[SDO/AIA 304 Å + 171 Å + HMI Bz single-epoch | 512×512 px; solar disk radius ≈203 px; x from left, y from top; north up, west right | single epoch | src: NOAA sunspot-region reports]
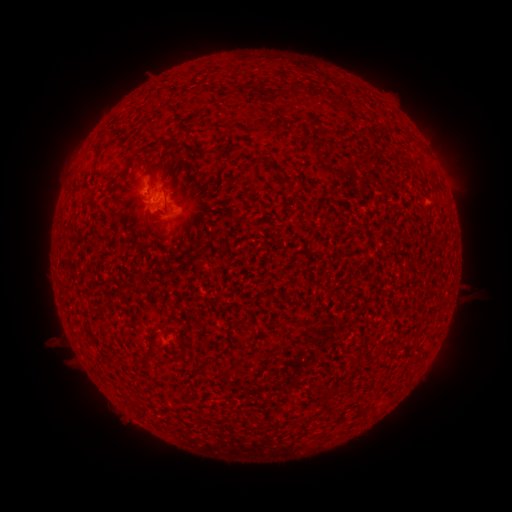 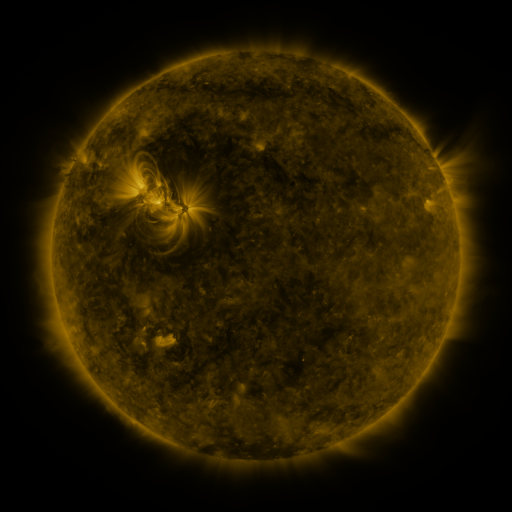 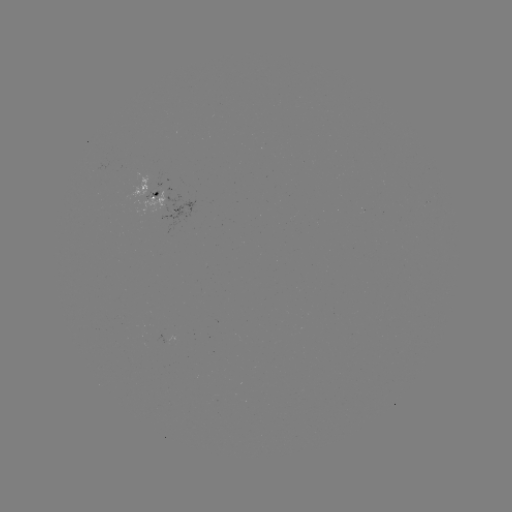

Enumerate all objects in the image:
spotted active region: (160, 194)
